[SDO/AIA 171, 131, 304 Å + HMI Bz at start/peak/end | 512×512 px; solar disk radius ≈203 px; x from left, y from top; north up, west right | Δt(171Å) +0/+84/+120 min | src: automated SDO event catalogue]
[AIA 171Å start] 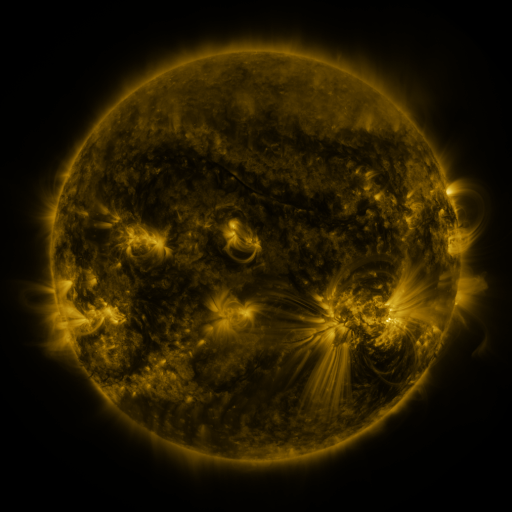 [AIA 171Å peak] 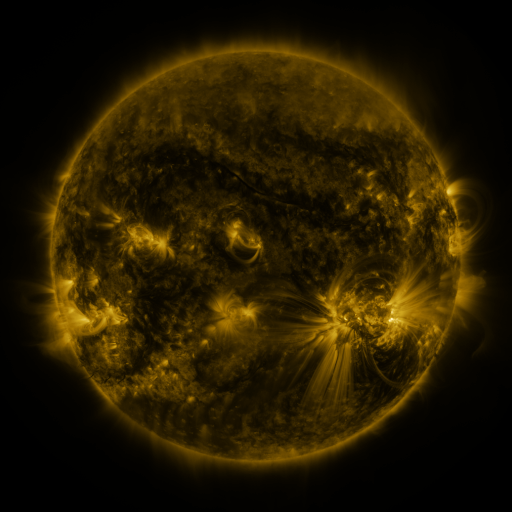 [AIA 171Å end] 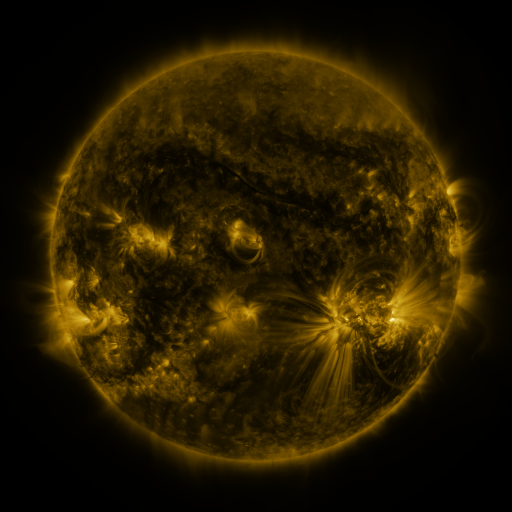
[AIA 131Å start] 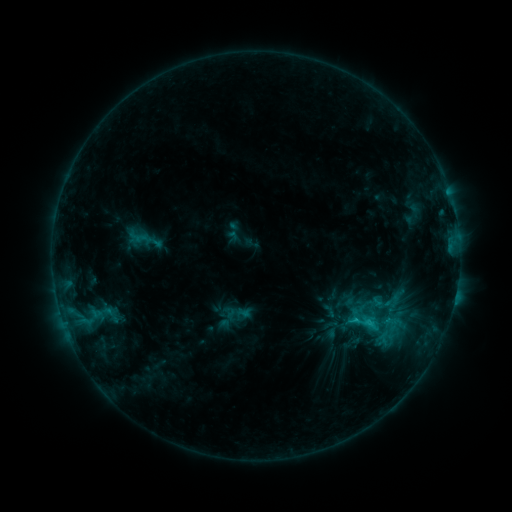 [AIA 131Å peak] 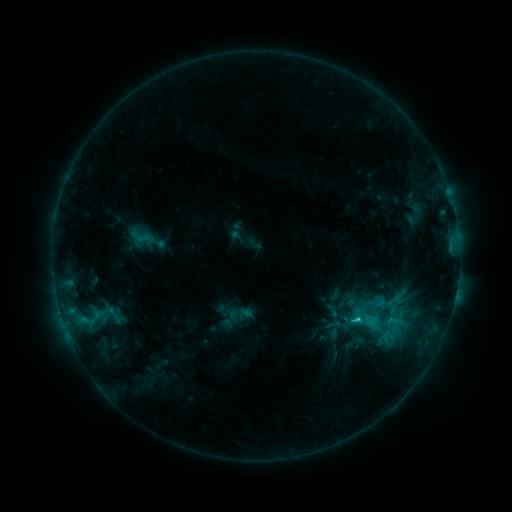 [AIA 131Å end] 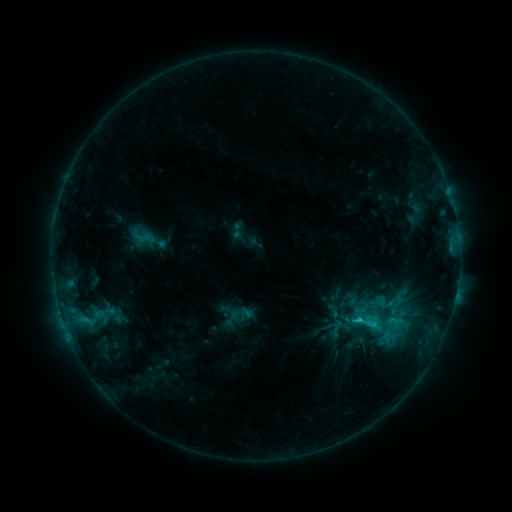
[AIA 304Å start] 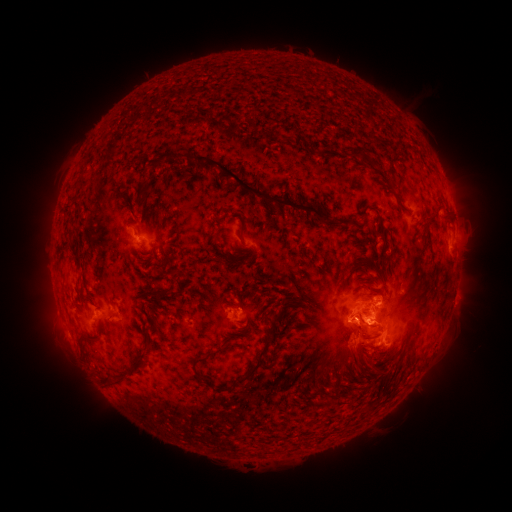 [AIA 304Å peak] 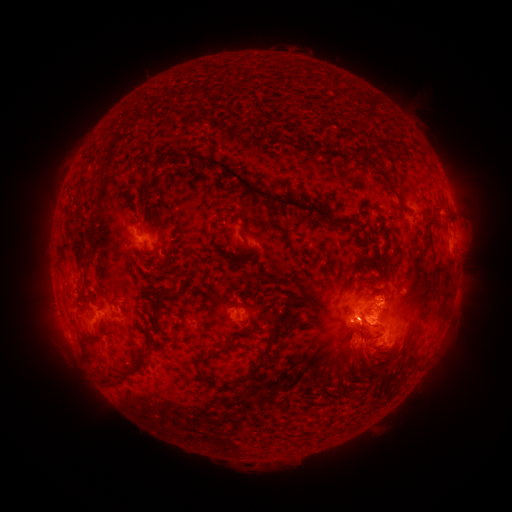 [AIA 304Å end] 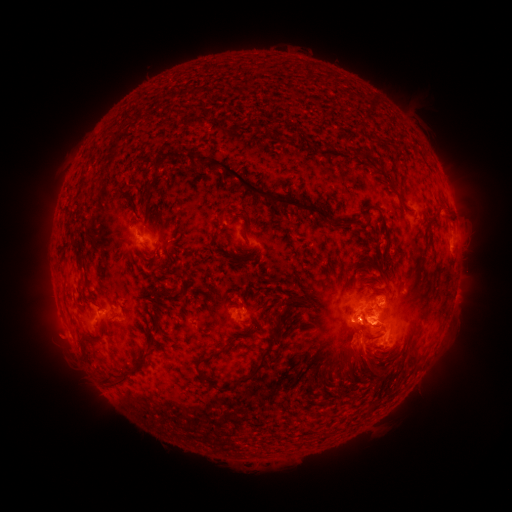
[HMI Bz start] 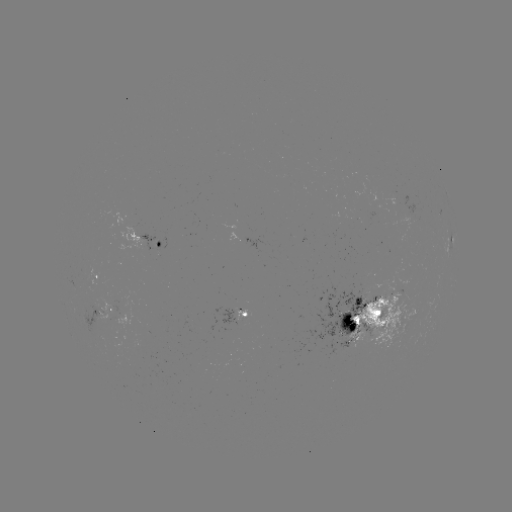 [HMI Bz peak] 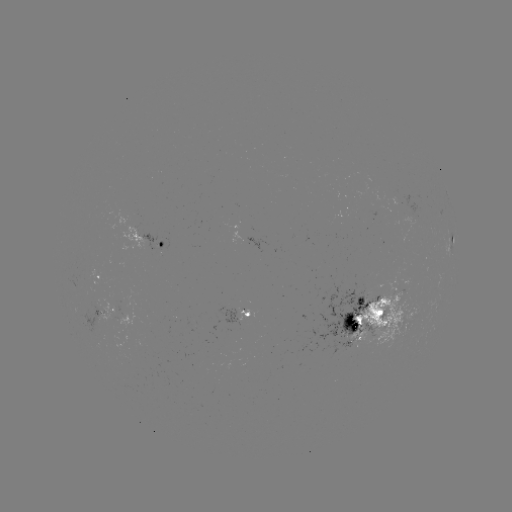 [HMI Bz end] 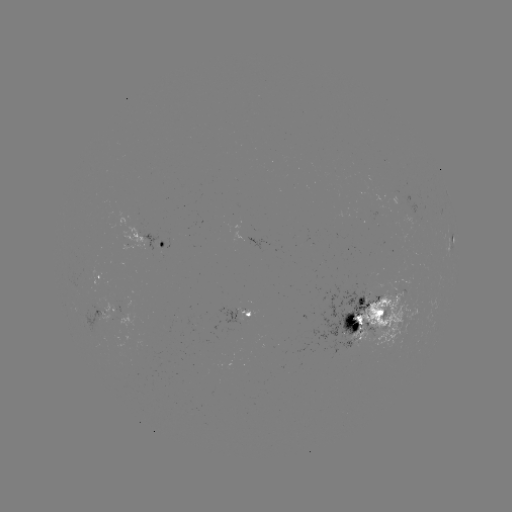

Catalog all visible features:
emerging-flux region: (392, 319)
